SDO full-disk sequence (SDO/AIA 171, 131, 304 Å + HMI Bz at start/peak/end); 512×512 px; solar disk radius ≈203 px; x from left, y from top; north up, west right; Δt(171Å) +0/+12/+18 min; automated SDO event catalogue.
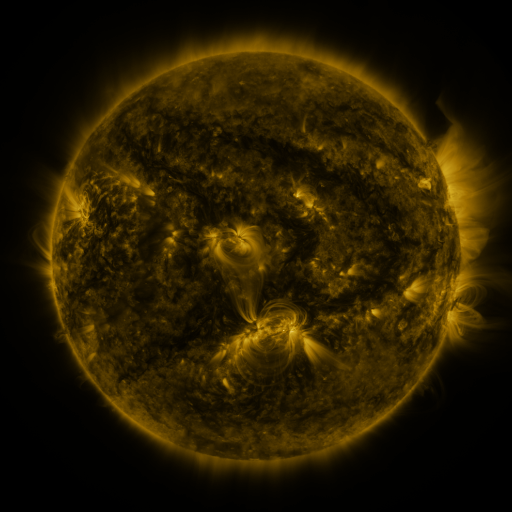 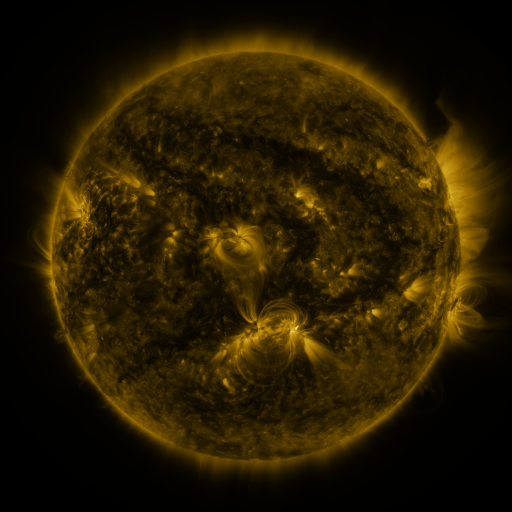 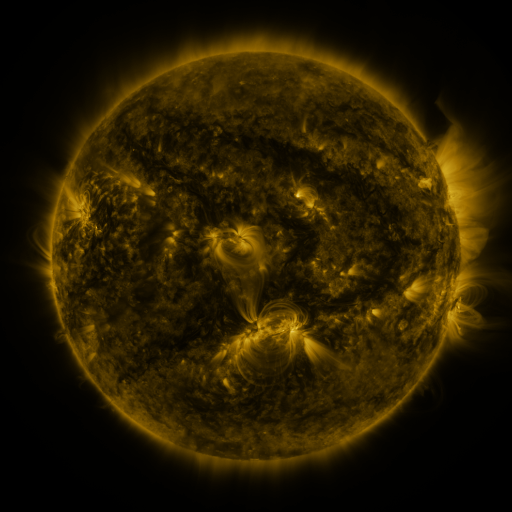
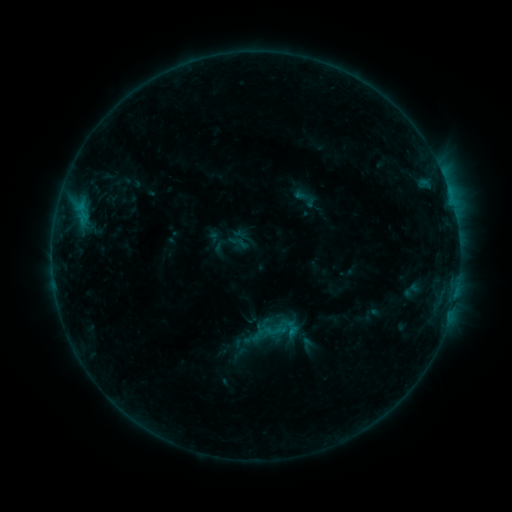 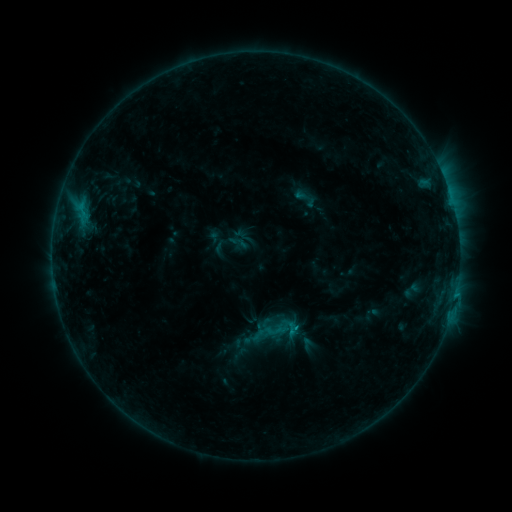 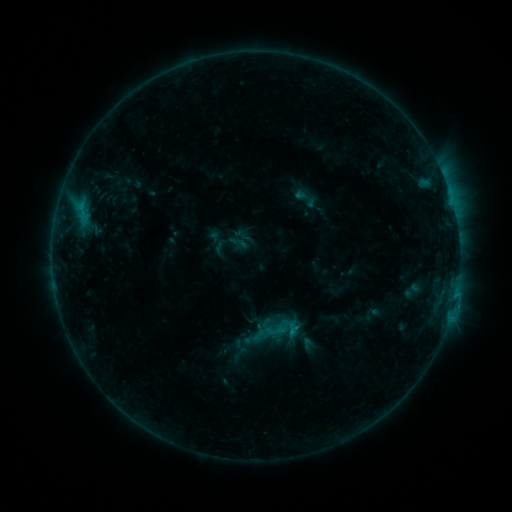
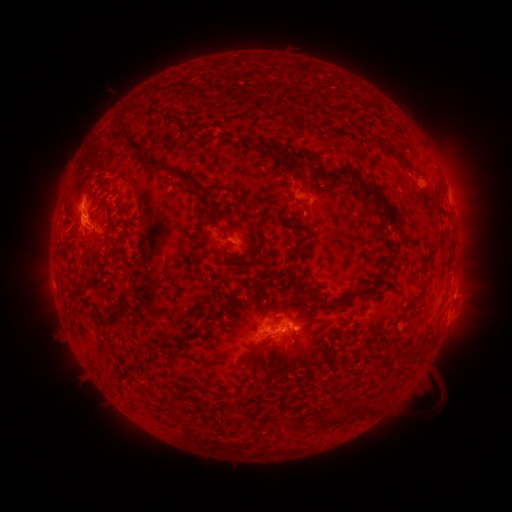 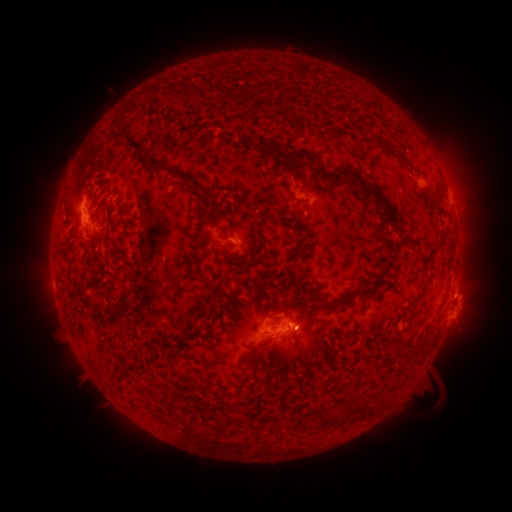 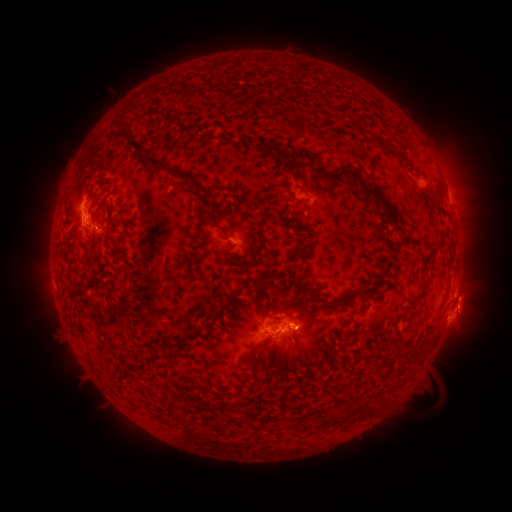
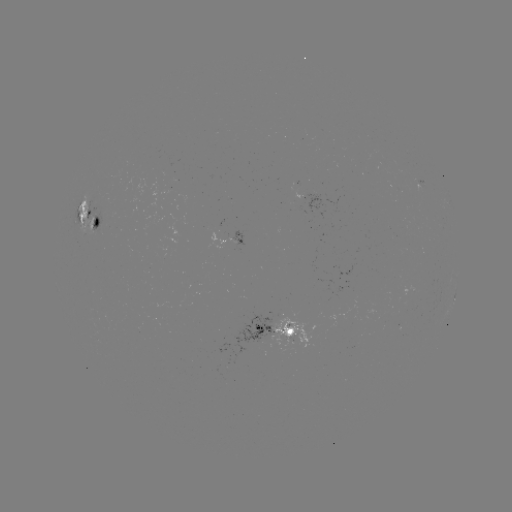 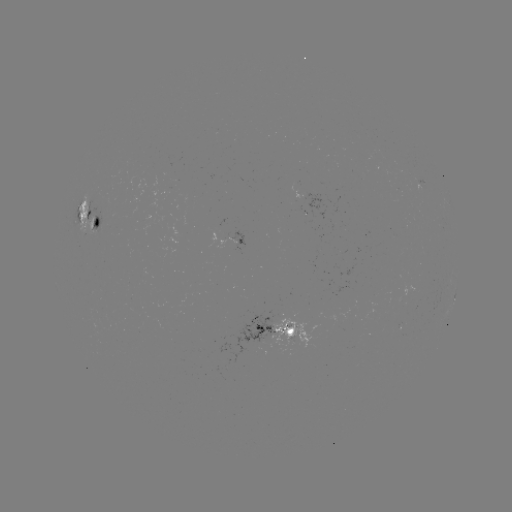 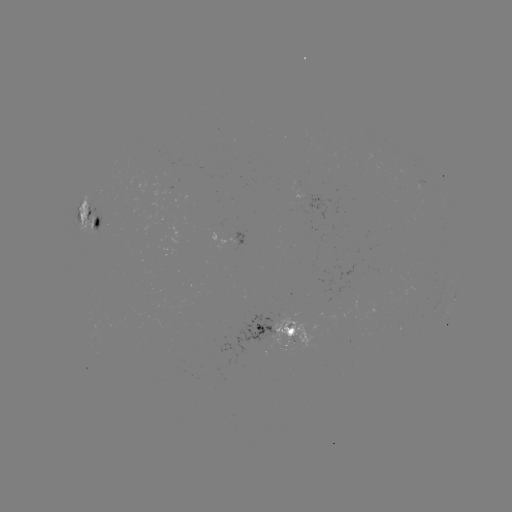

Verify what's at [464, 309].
eruption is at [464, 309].